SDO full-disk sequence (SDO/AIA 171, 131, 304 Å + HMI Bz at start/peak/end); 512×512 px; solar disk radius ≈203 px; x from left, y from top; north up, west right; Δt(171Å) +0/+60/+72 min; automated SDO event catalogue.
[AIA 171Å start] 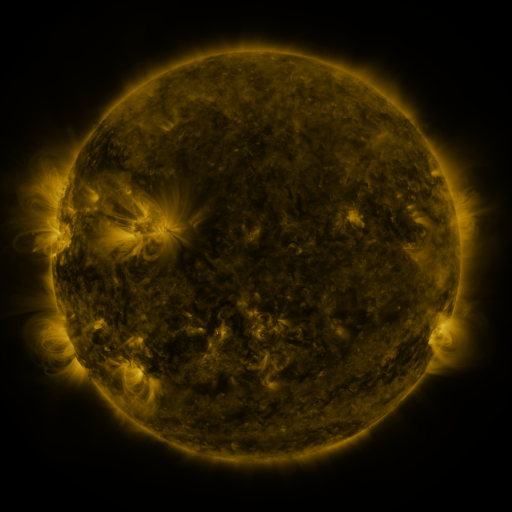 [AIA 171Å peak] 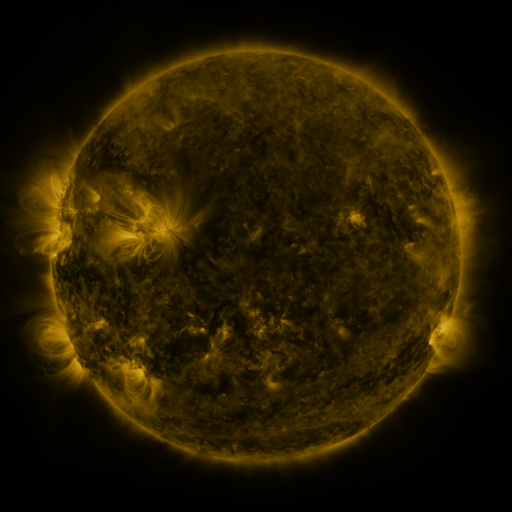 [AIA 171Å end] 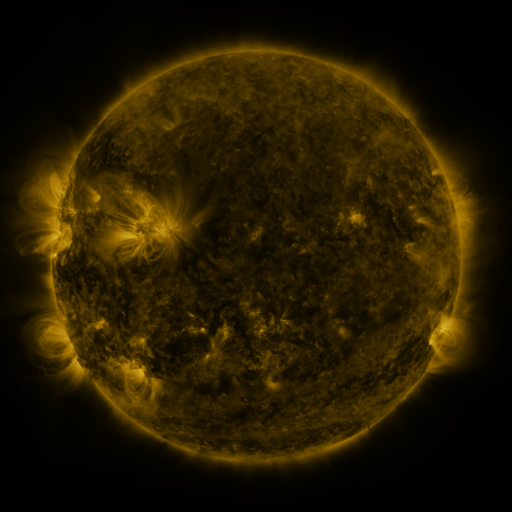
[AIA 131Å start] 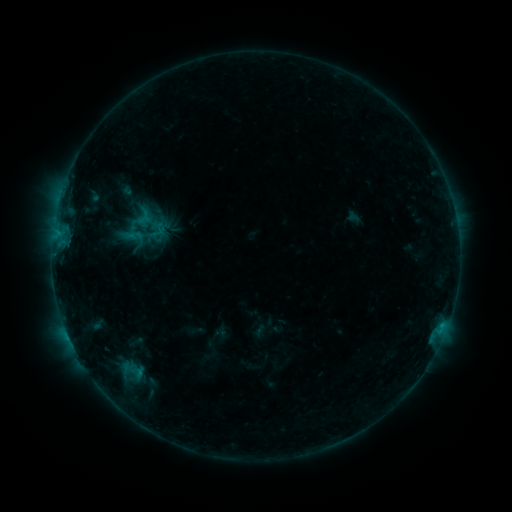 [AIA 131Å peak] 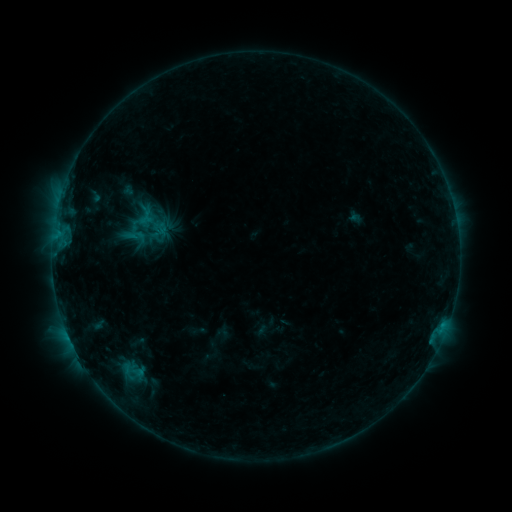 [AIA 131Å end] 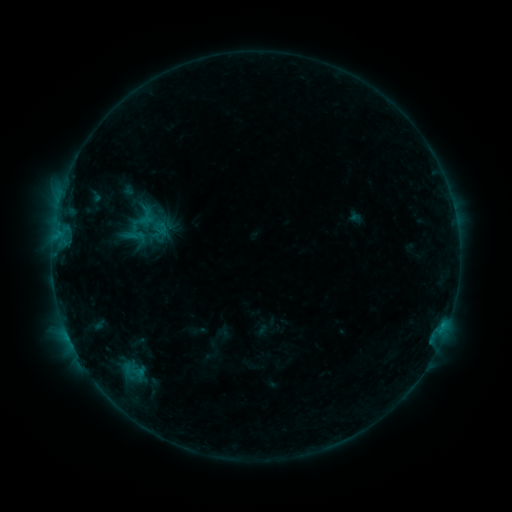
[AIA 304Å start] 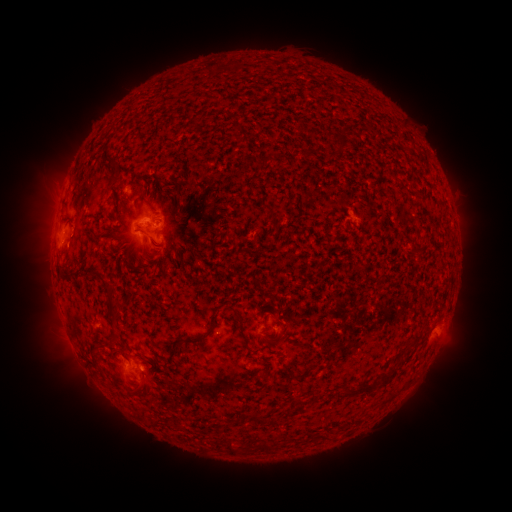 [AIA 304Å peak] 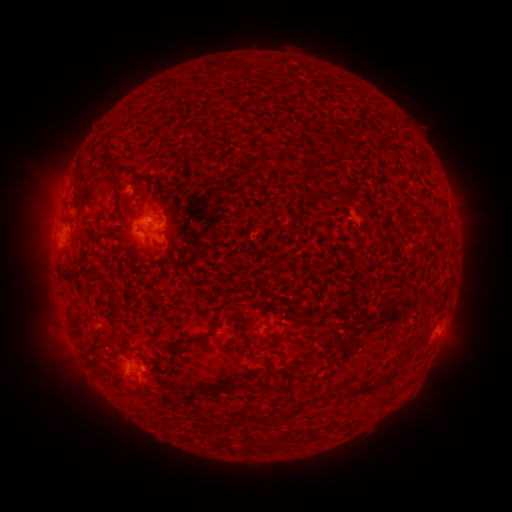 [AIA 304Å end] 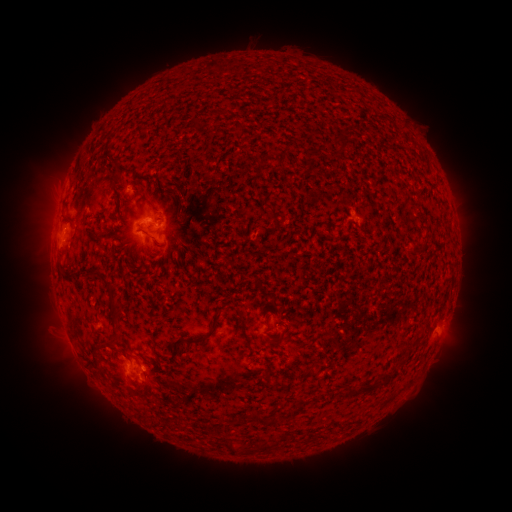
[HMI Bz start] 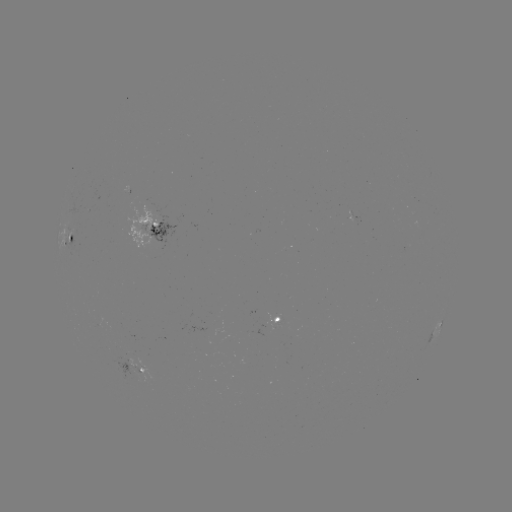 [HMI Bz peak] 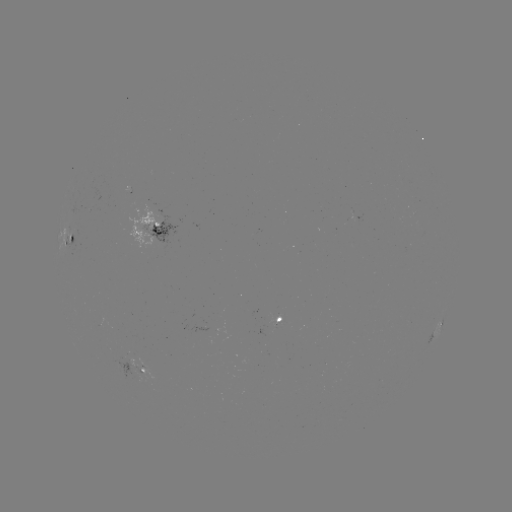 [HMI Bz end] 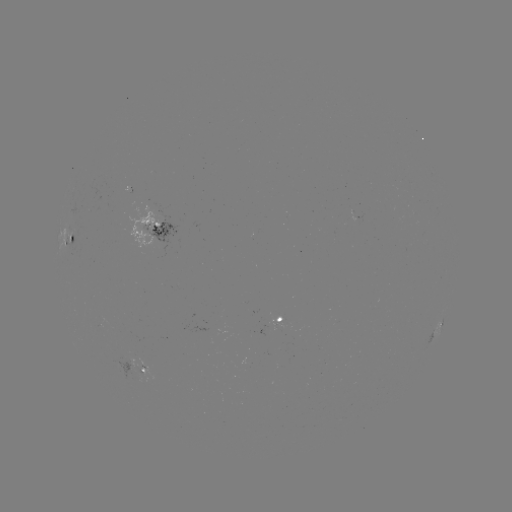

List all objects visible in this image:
emerging-flux region: (132, 373)
